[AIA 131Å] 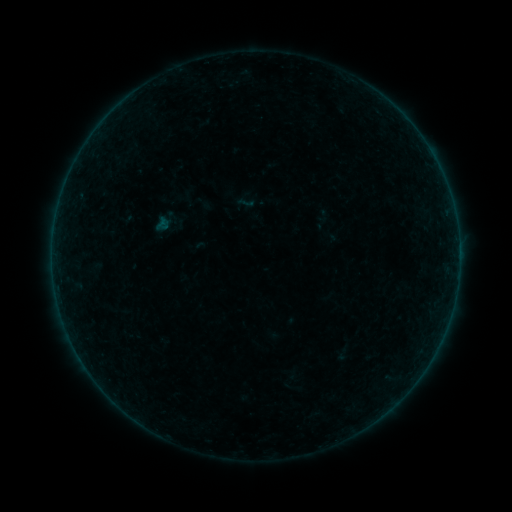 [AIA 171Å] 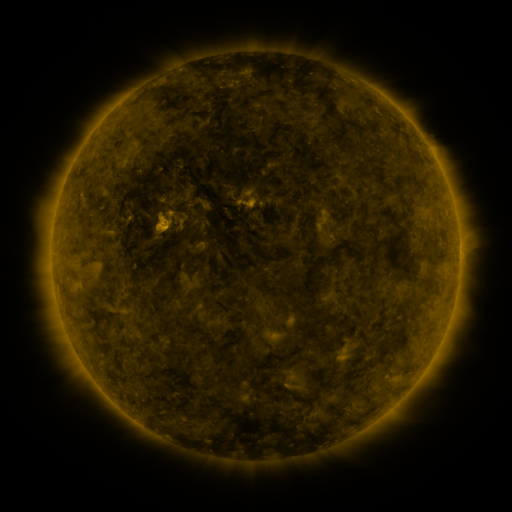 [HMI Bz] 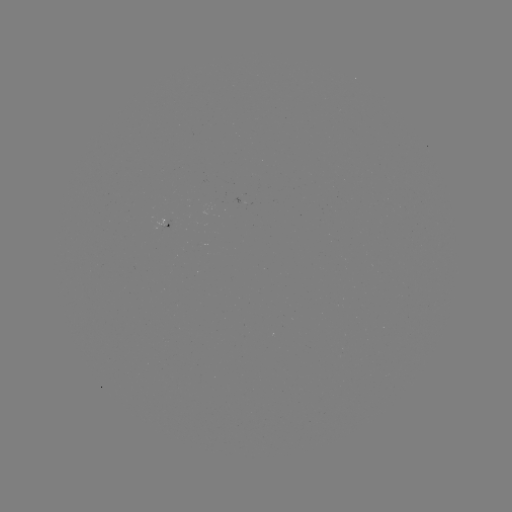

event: sigmoid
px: (246, 202)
